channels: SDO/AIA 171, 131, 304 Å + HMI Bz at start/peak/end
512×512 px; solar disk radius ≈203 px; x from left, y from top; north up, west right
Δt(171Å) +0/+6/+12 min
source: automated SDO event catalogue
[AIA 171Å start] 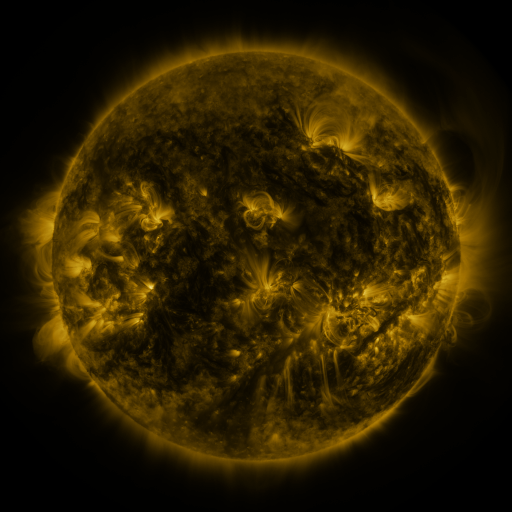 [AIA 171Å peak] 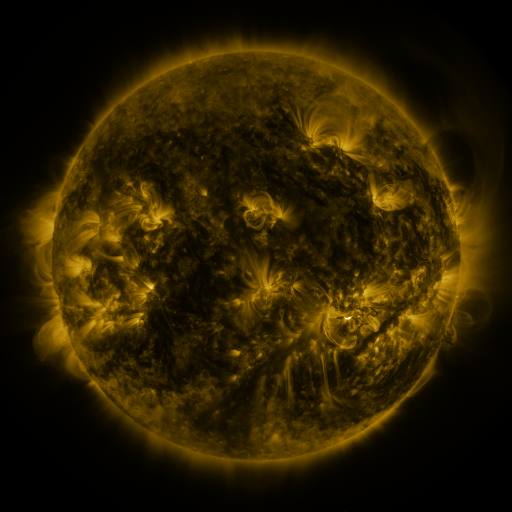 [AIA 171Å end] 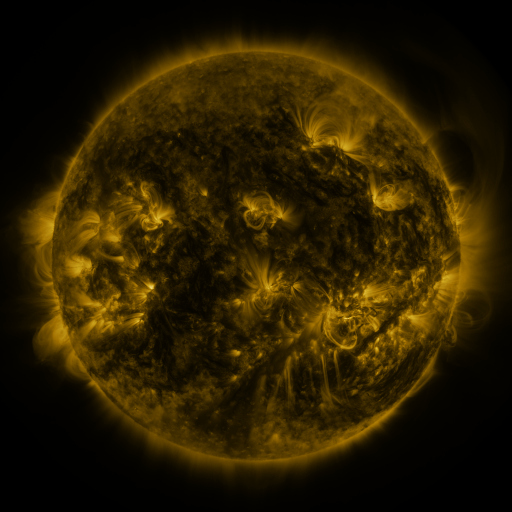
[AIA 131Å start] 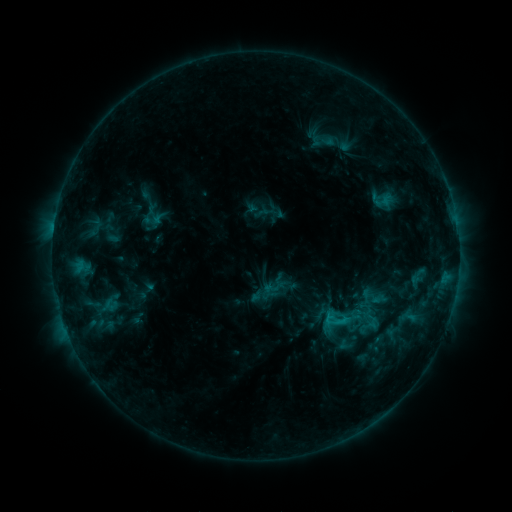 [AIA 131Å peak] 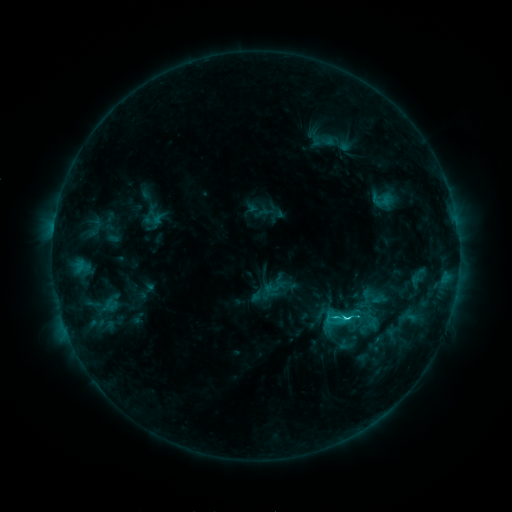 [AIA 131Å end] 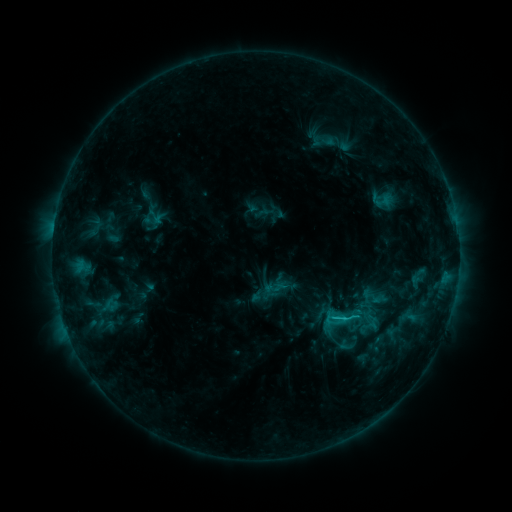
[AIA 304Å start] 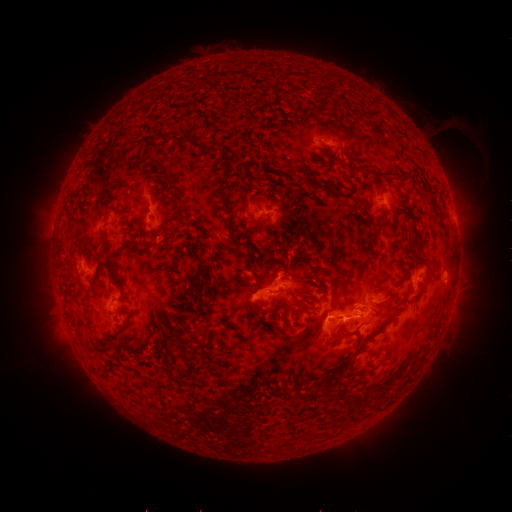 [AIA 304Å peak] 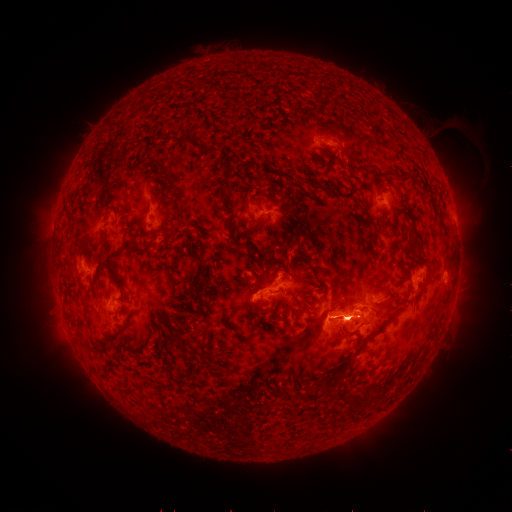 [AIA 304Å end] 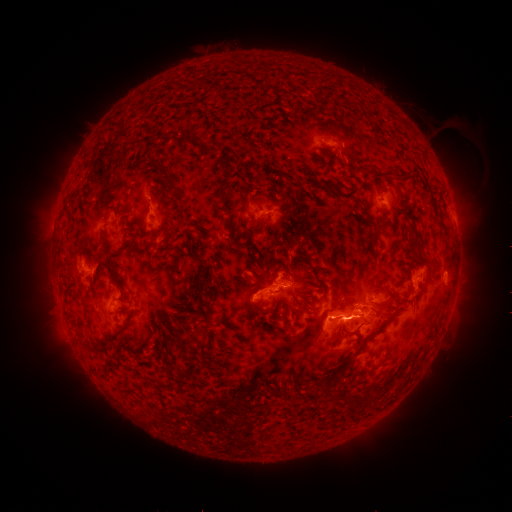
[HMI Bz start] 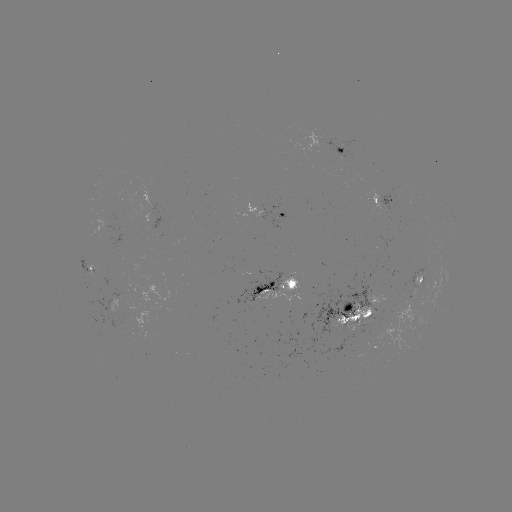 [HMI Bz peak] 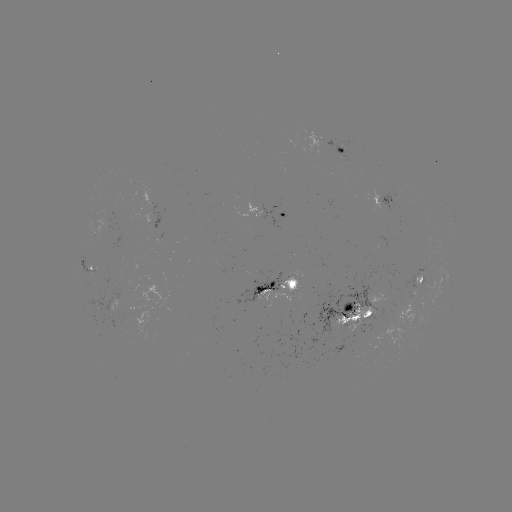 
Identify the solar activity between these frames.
C3.2 flare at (343, 317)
